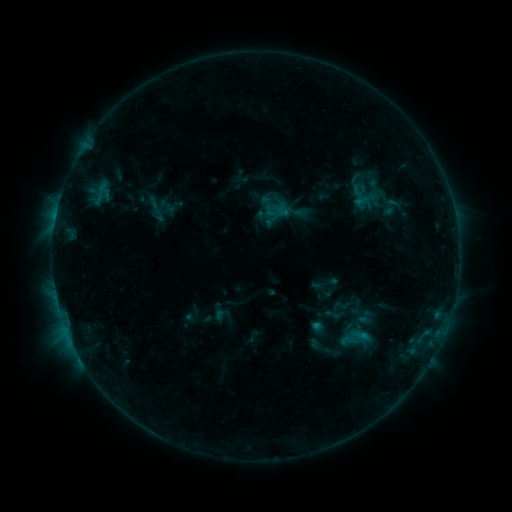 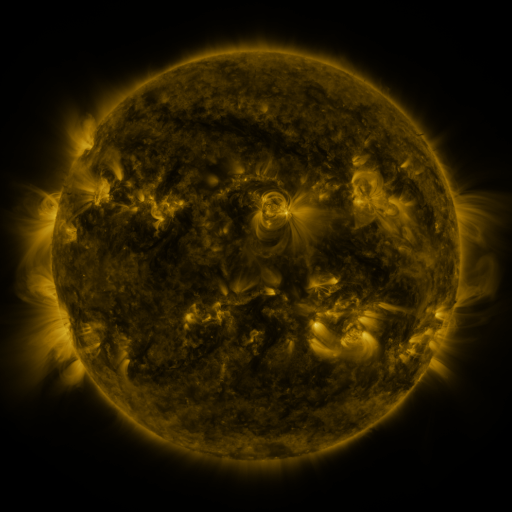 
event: sigmoid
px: (361, 194)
